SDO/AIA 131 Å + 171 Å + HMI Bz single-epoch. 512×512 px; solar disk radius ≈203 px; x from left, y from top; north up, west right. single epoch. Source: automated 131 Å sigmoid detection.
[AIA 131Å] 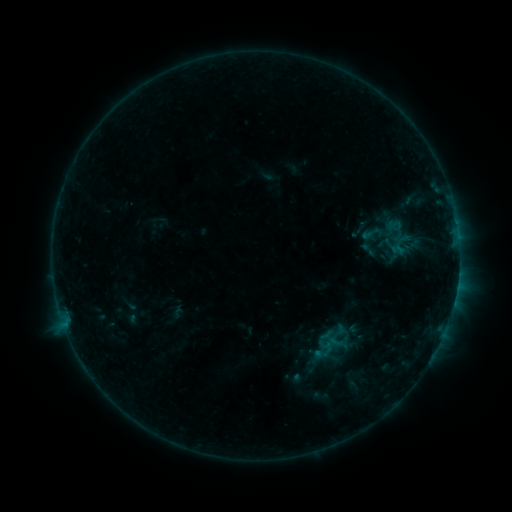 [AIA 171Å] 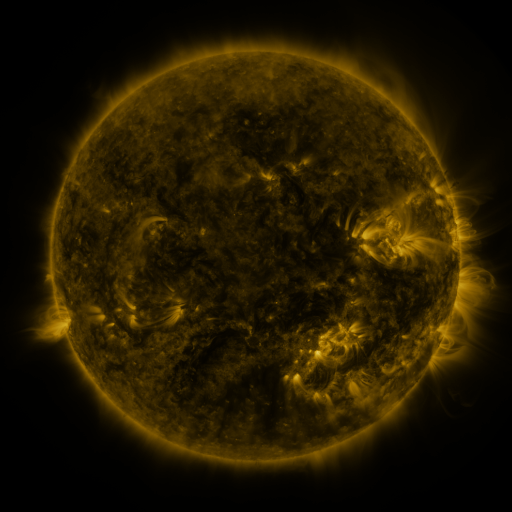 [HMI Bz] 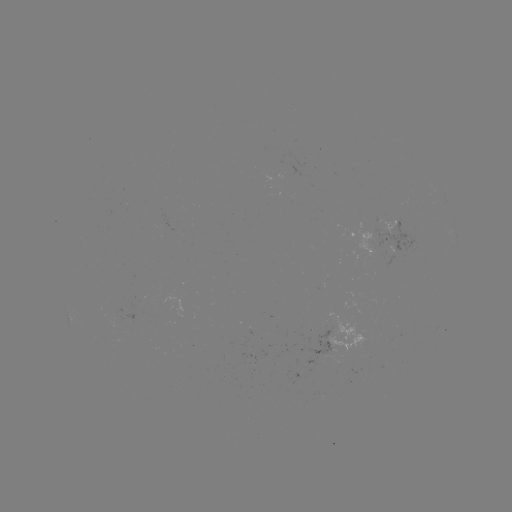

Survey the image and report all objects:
sigmoid: (374, 233)
sigmoid: (368, 249)
